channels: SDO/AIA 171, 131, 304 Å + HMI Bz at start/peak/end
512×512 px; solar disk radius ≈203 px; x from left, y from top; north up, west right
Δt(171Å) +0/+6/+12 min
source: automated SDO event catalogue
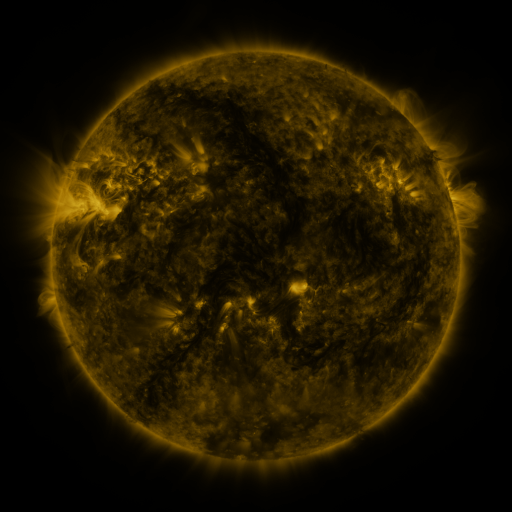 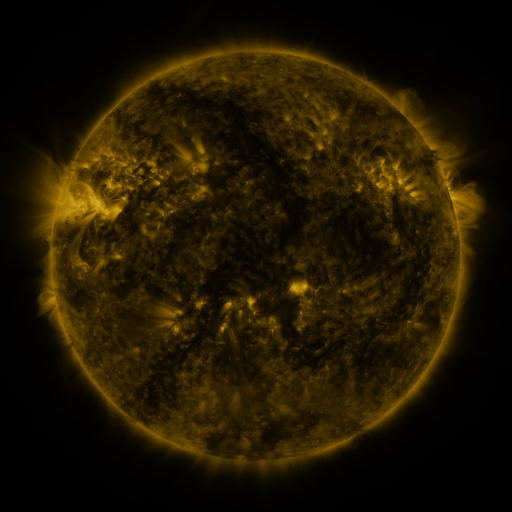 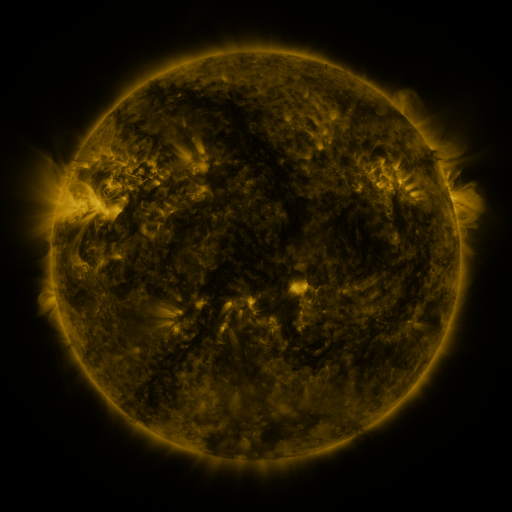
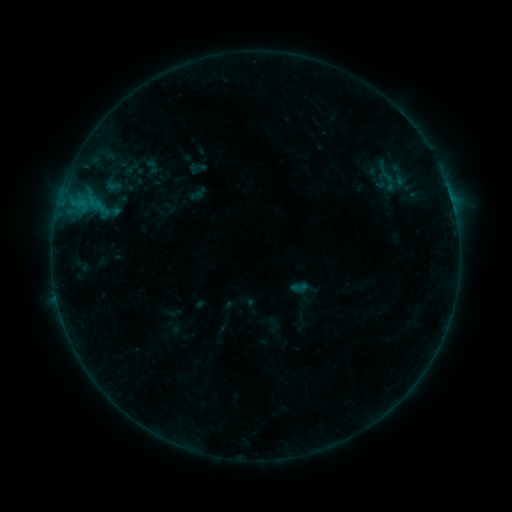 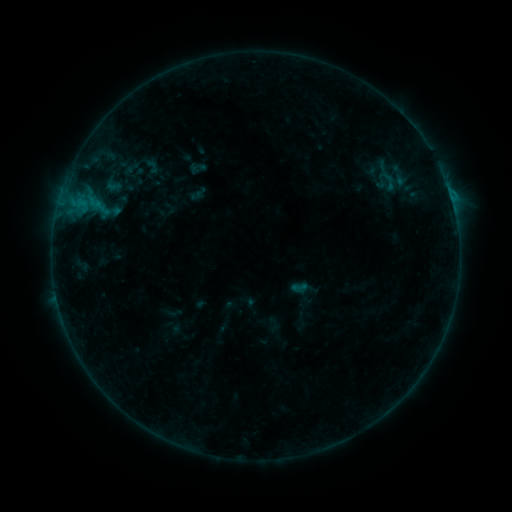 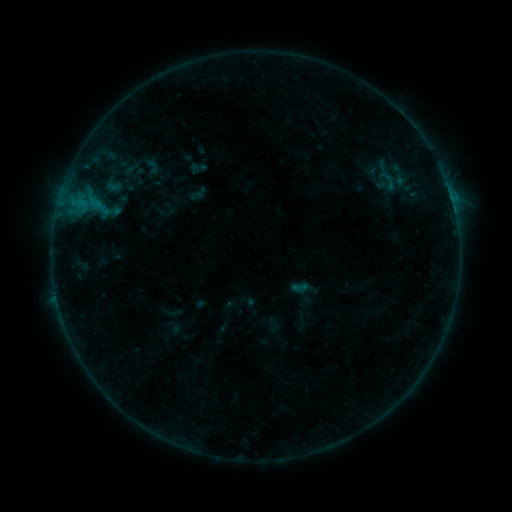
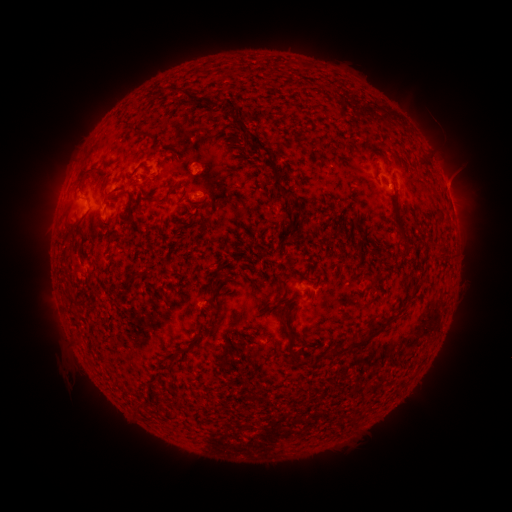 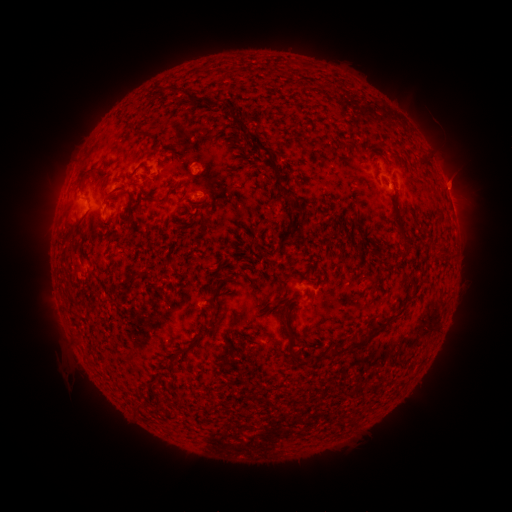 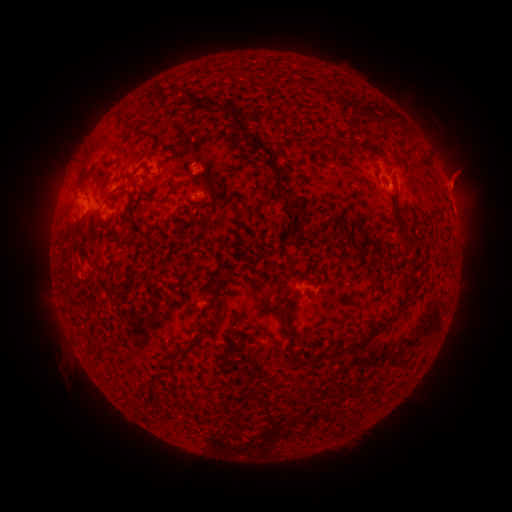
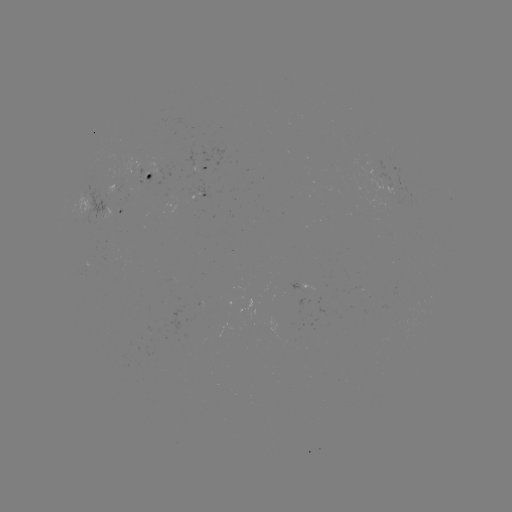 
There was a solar eruption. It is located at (458, 180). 